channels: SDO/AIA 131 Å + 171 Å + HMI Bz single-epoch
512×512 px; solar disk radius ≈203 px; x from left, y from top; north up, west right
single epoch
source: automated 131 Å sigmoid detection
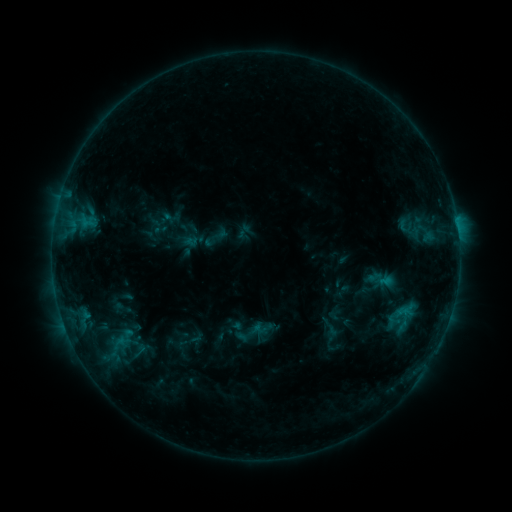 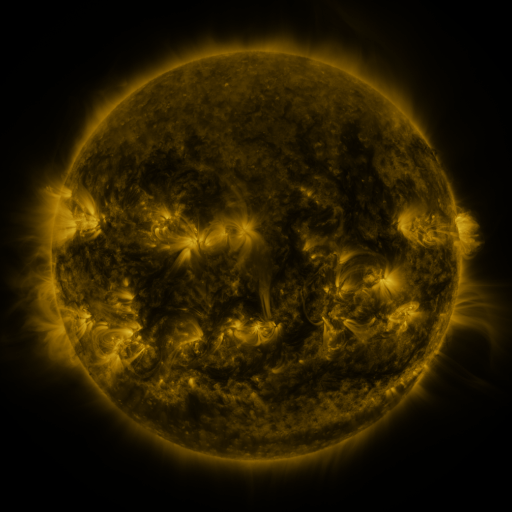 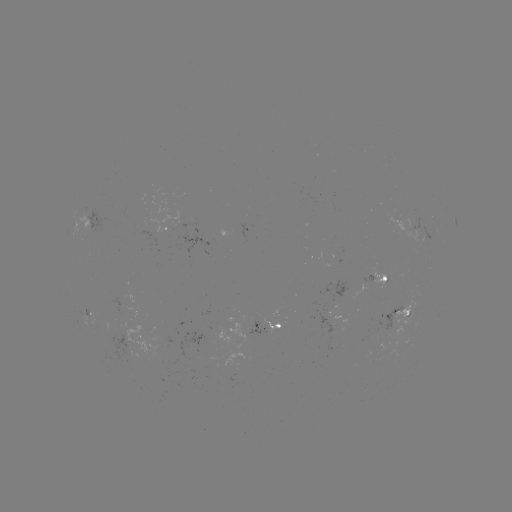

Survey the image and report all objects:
sigmoid: [125, 340, 153, 361]
